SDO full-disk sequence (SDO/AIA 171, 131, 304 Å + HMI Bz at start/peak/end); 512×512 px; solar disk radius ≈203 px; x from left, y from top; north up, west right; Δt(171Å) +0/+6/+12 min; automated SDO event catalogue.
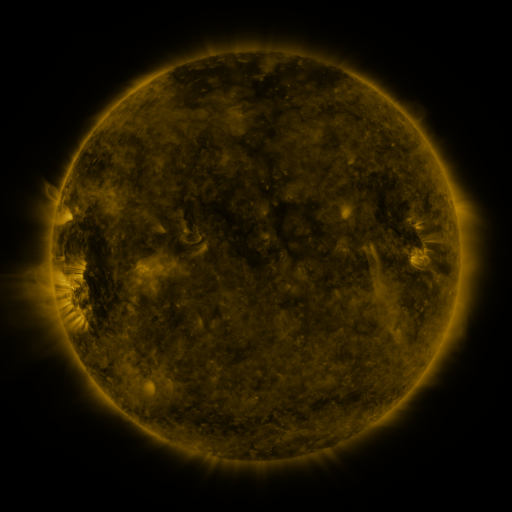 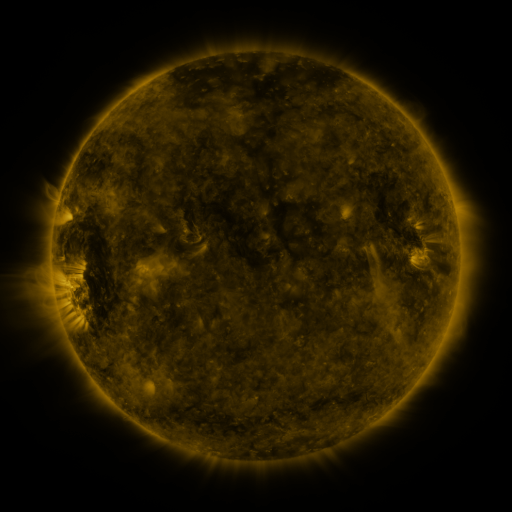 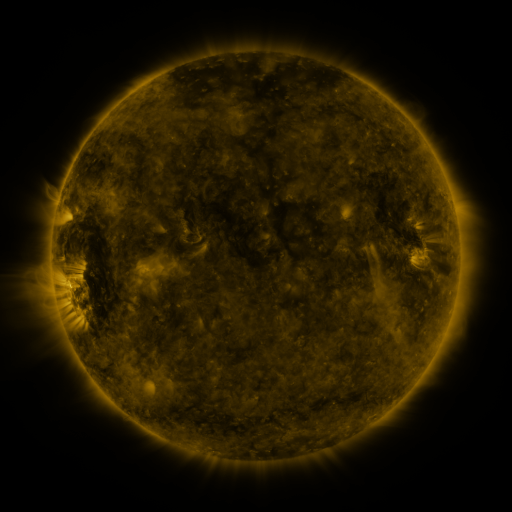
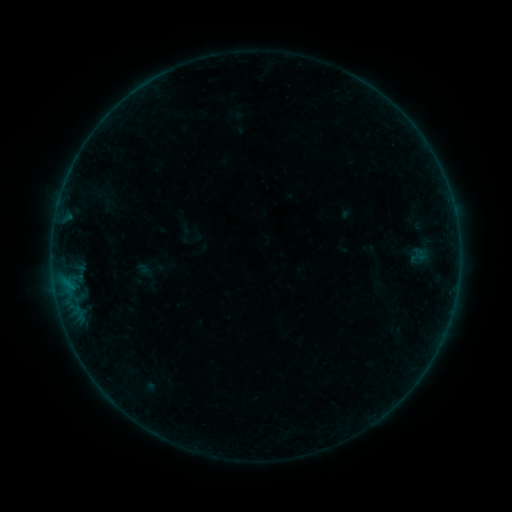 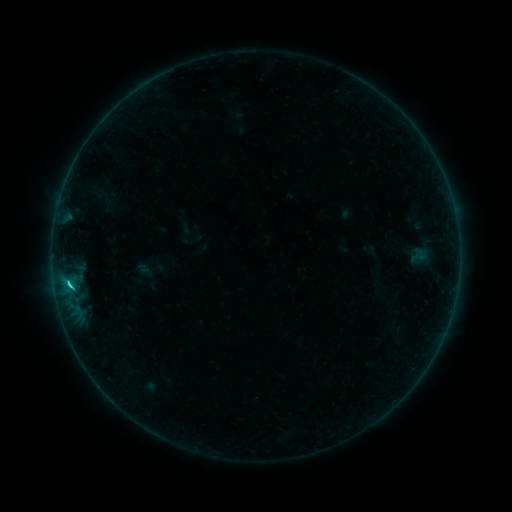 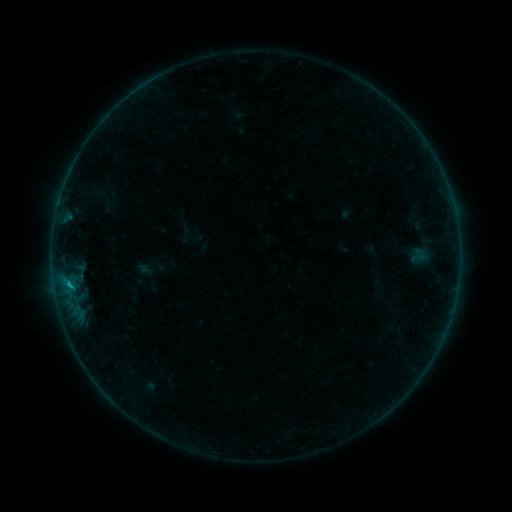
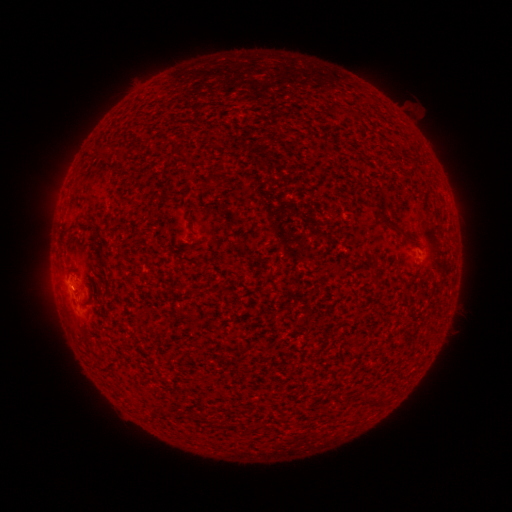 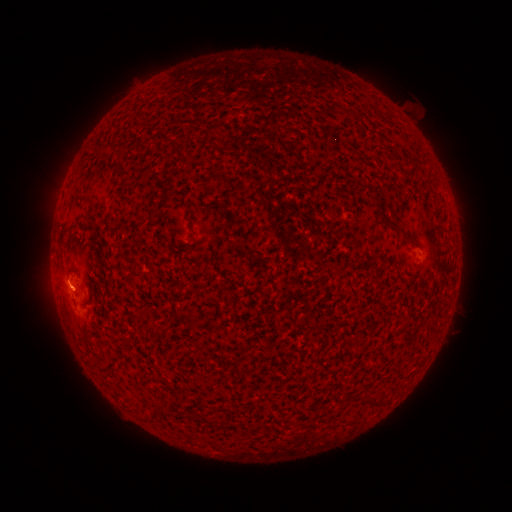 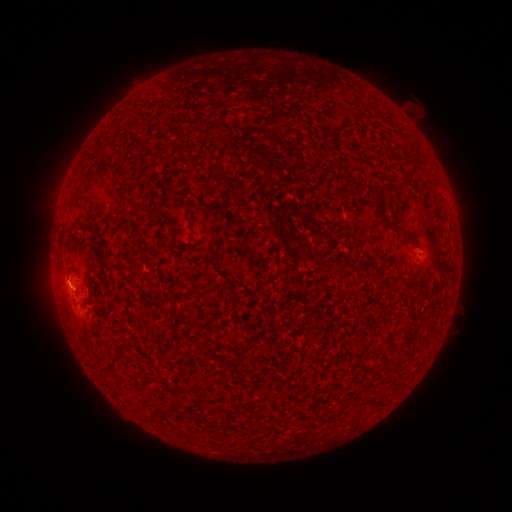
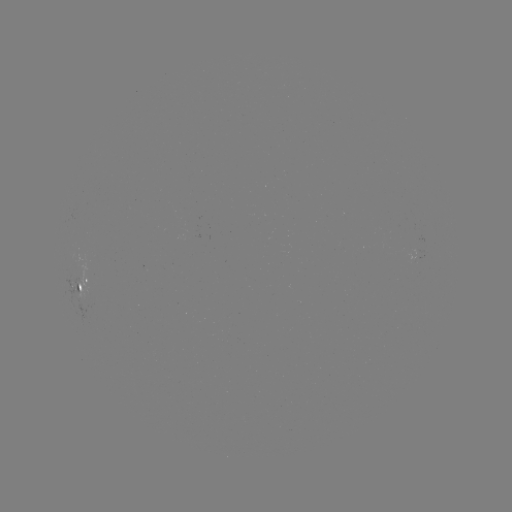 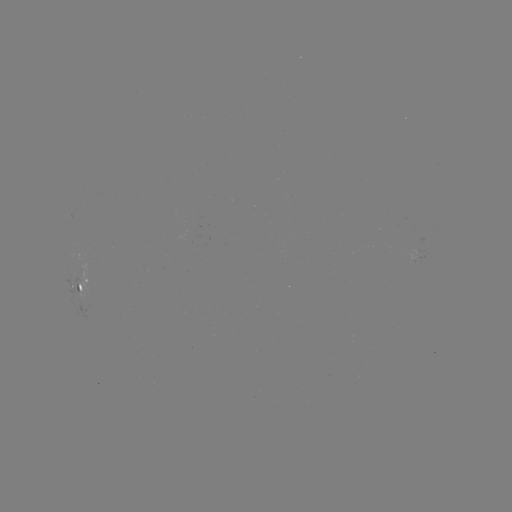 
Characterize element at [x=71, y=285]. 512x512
B9.4 flare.